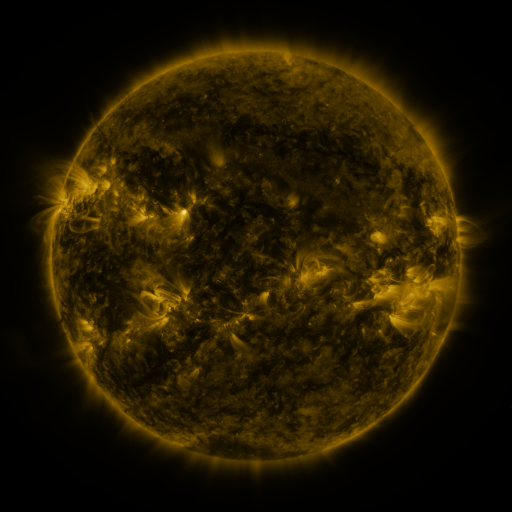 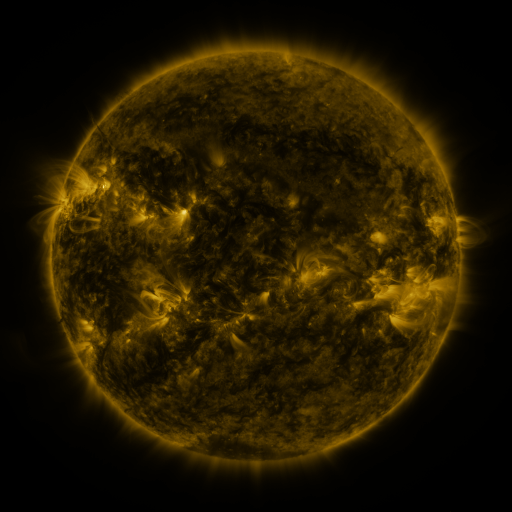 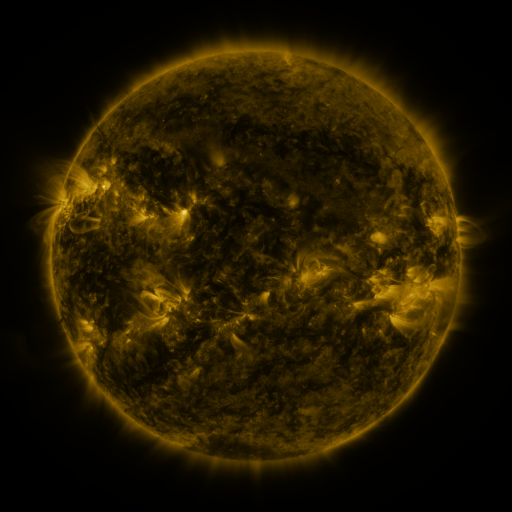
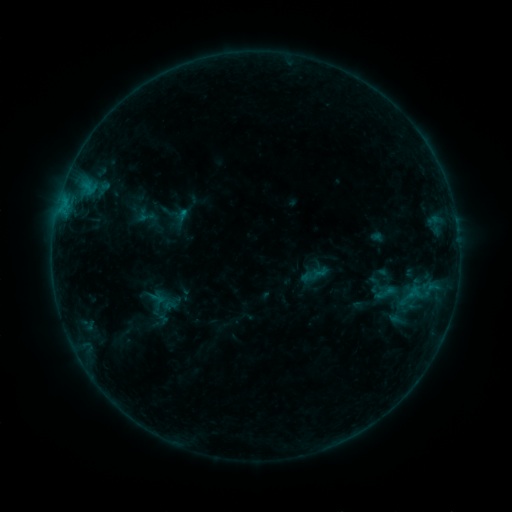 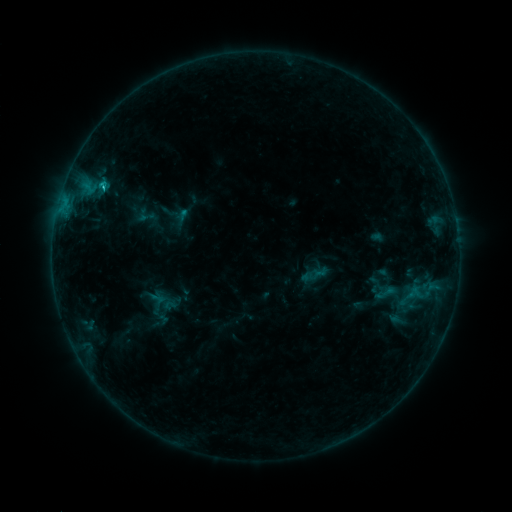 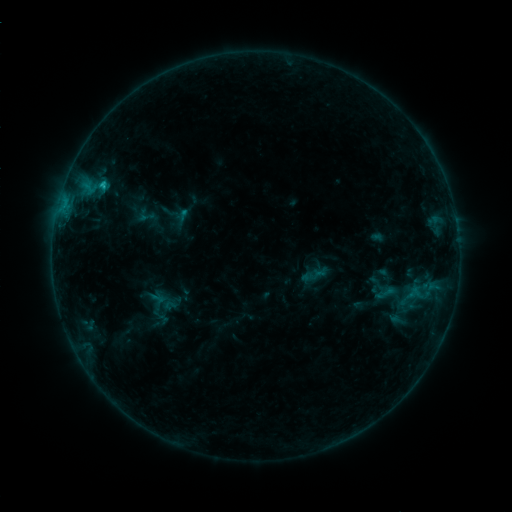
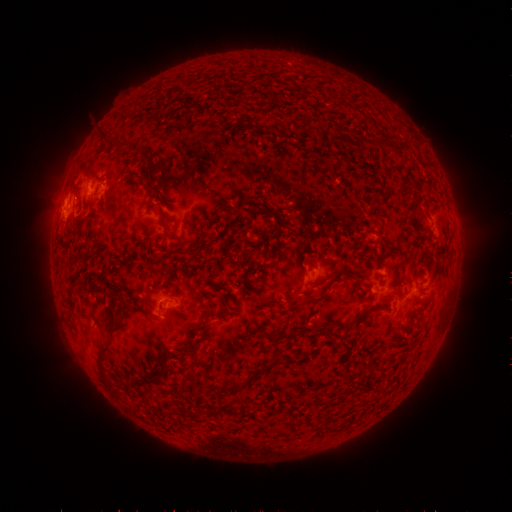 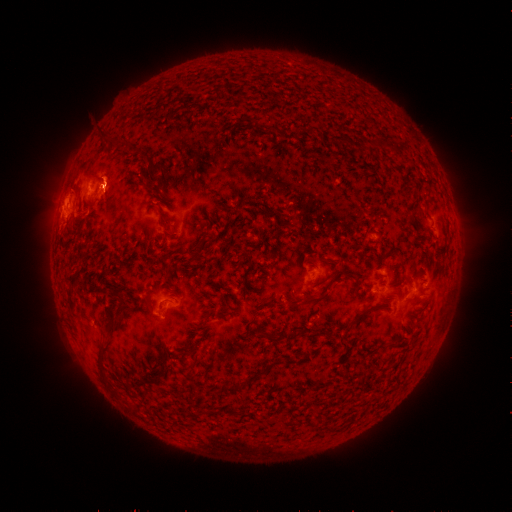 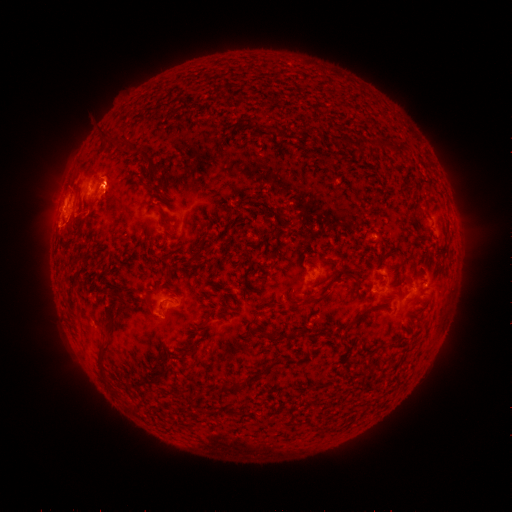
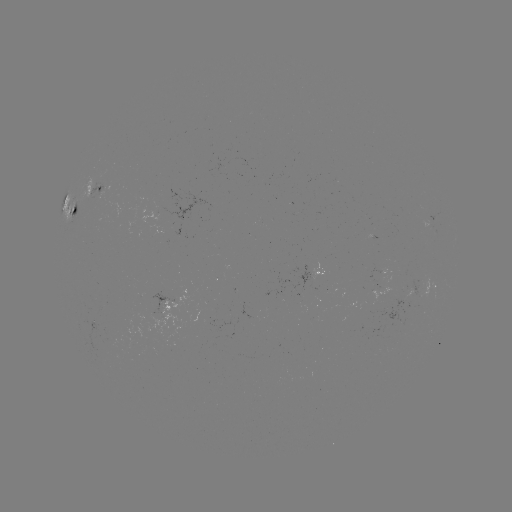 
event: eruption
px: (107, 173)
